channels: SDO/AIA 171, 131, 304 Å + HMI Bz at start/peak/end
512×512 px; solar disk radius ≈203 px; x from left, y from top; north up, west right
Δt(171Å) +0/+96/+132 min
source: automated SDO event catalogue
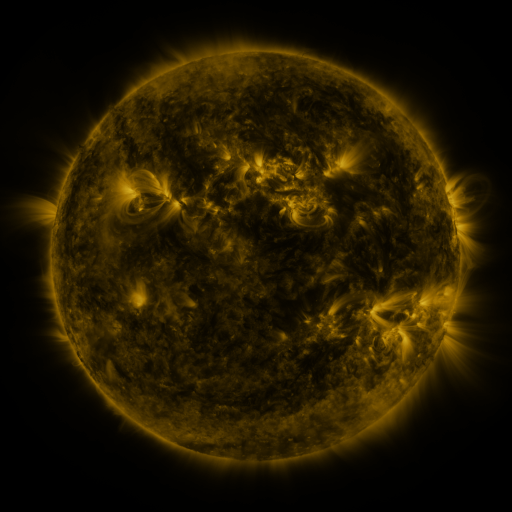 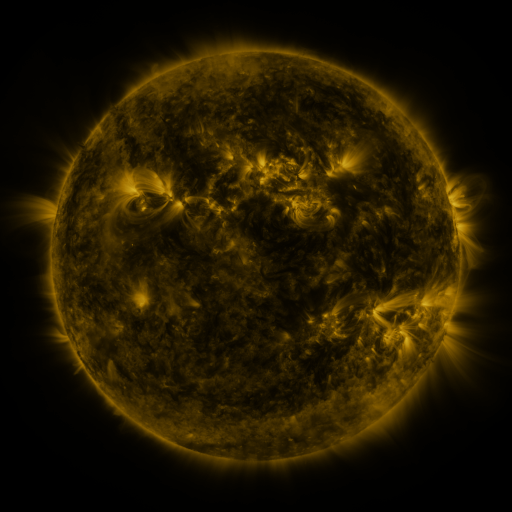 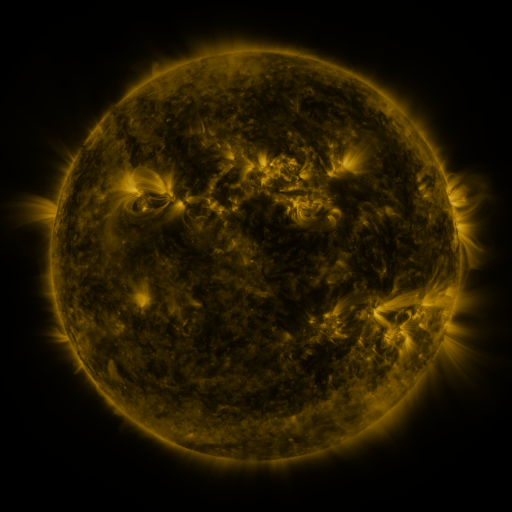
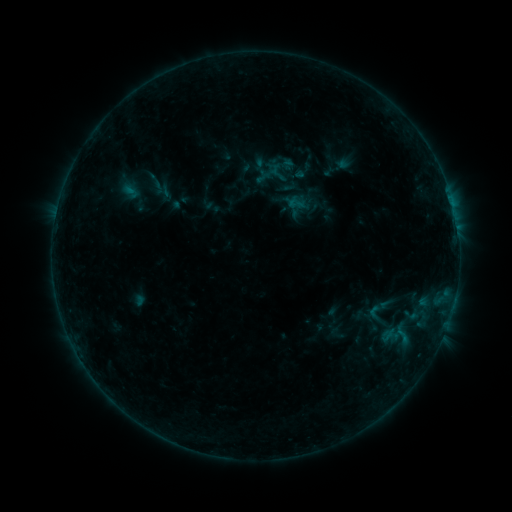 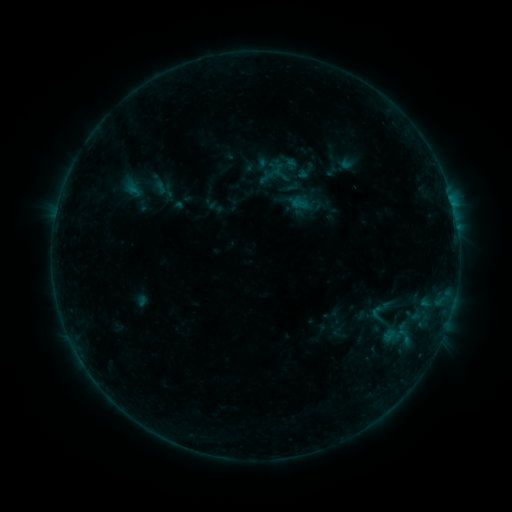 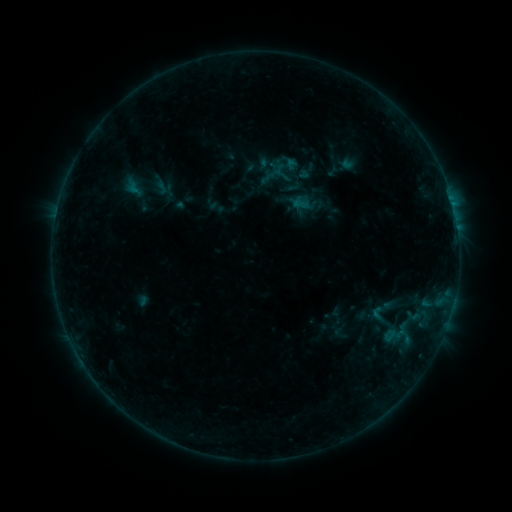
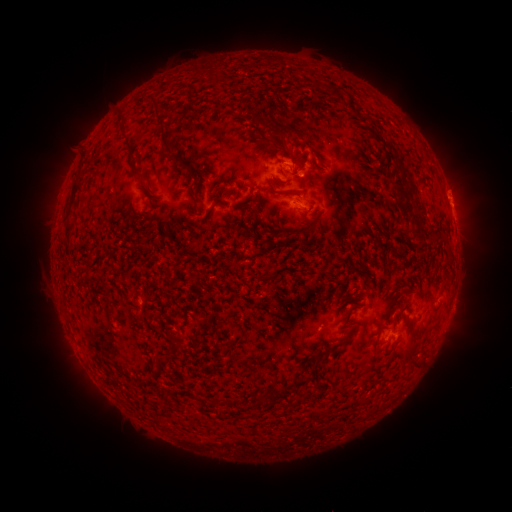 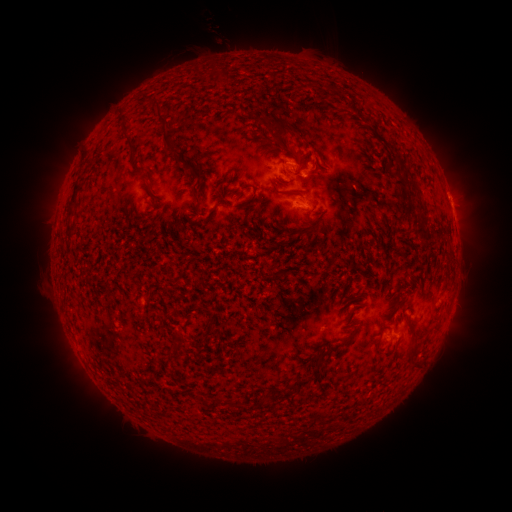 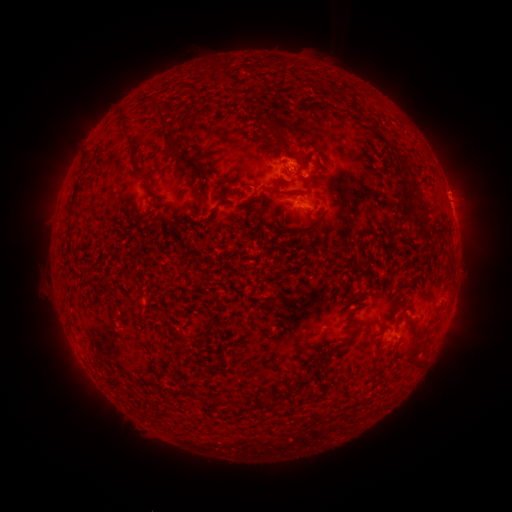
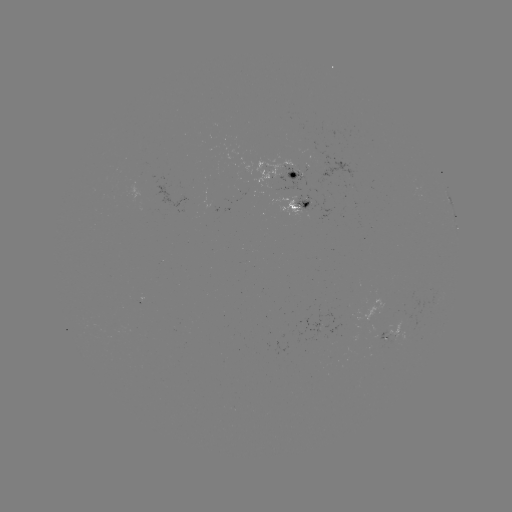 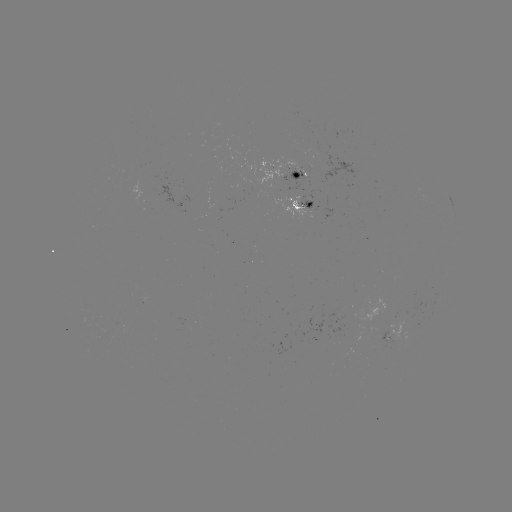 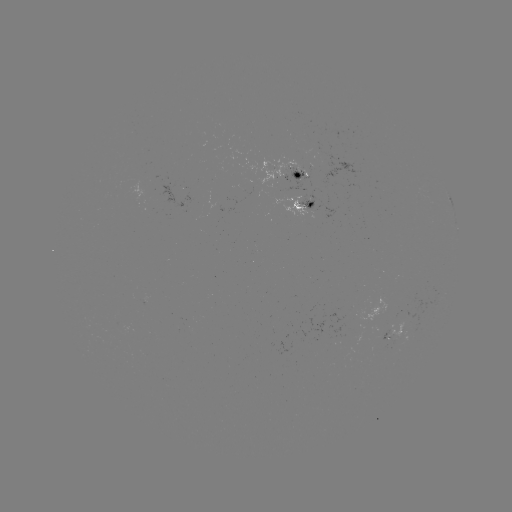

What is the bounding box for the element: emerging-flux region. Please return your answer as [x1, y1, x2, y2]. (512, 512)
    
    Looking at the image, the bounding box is [299, 147, 367, 189].